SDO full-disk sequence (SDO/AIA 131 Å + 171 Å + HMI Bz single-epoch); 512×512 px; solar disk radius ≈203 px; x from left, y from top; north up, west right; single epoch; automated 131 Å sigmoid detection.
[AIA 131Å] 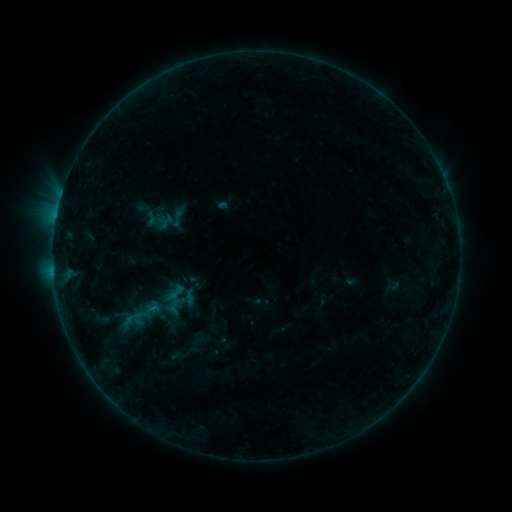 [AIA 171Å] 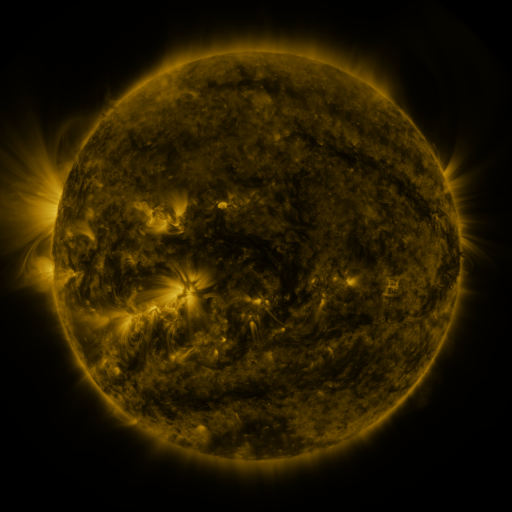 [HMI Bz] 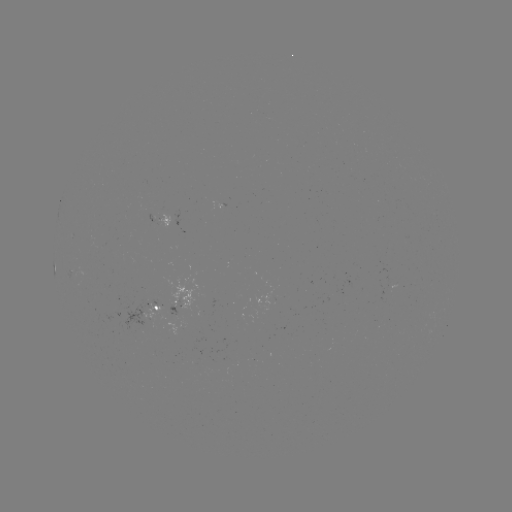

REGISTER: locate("sigmoid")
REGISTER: (177, 218)